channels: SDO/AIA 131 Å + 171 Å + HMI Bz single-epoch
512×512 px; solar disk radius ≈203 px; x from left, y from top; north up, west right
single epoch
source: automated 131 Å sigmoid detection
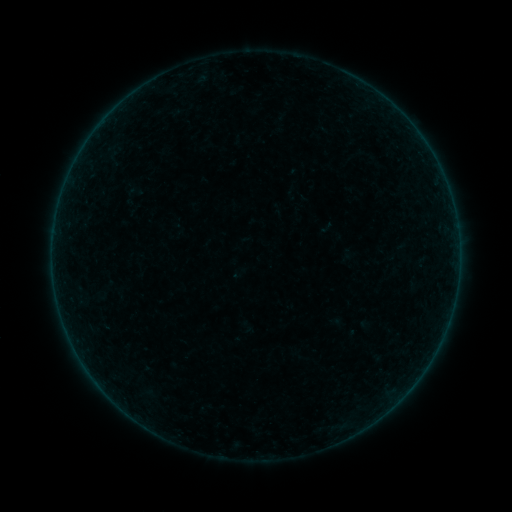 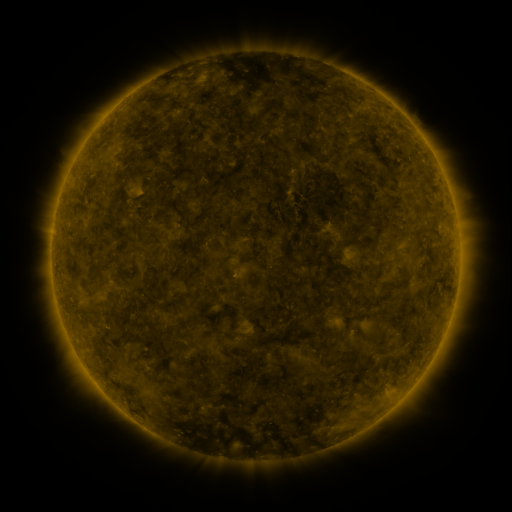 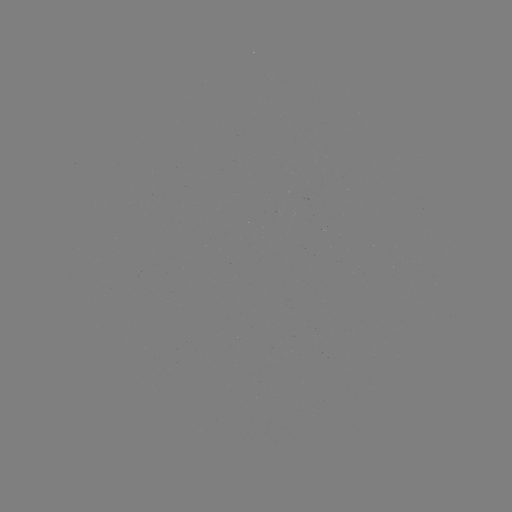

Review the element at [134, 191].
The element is sigmoid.